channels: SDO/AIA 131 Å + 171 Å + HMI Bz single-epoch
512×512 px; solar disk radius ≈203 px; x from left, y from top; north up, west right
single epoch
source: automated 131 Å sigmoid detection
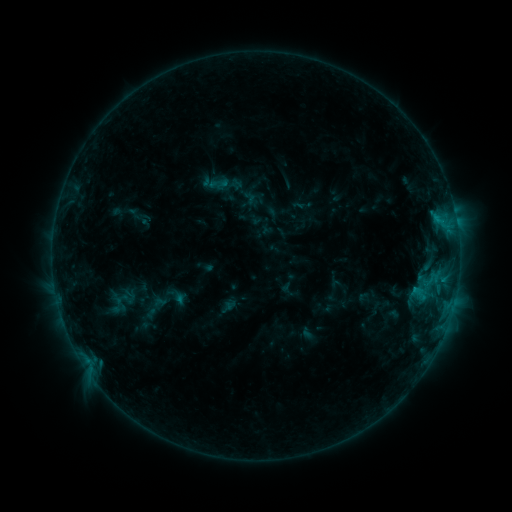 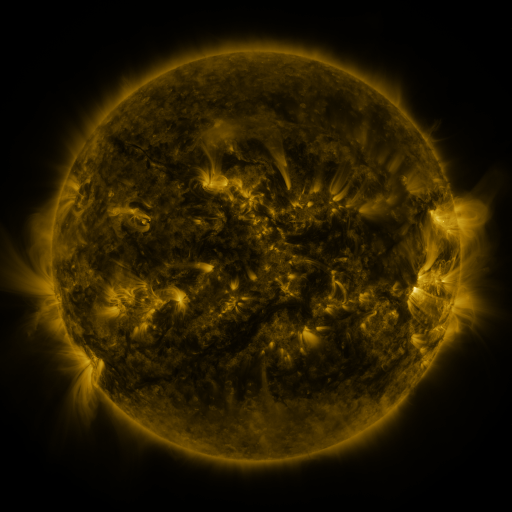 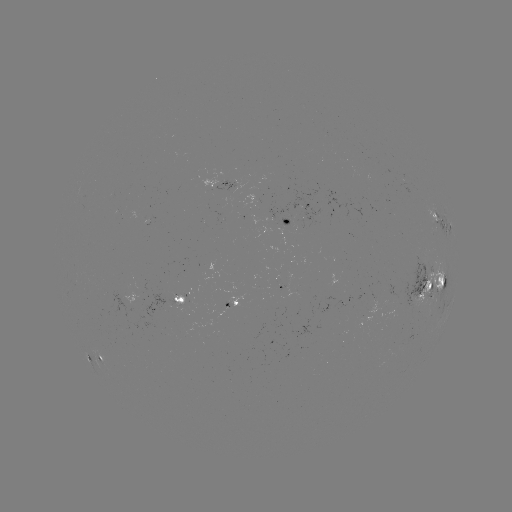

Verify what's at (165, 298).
sigmoid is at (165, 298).